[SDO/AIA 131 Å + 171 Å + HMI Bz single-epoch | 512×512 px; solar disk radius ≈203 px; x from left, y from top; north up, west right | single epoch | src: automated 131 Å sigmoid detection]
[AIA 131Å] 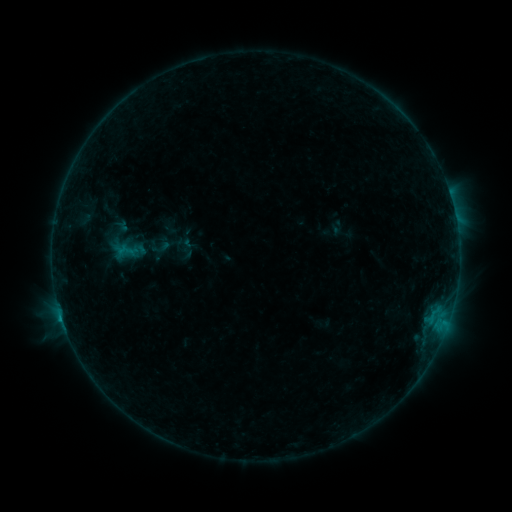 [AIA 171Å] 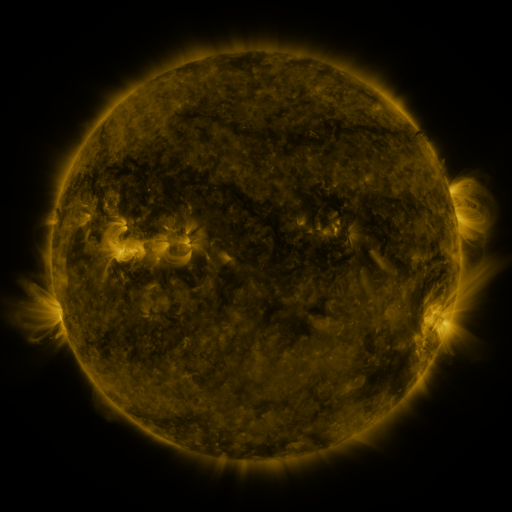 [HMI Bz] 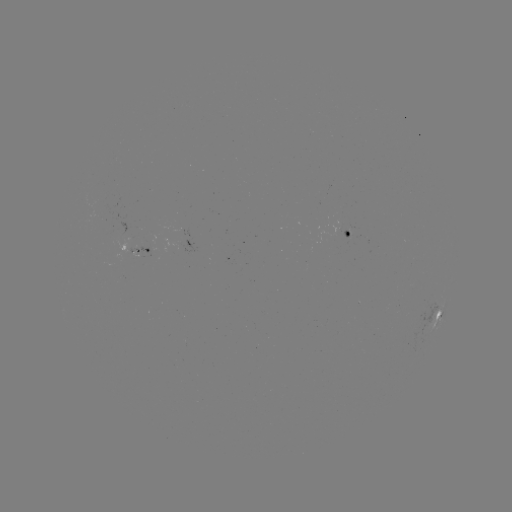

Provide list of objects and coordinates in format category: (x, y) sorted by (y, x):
sigmoid: (127, 251)
